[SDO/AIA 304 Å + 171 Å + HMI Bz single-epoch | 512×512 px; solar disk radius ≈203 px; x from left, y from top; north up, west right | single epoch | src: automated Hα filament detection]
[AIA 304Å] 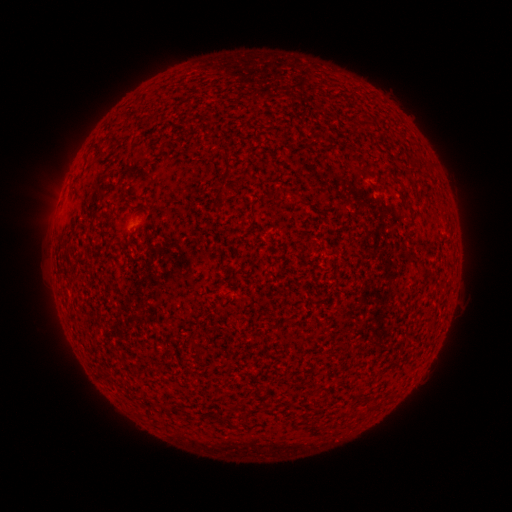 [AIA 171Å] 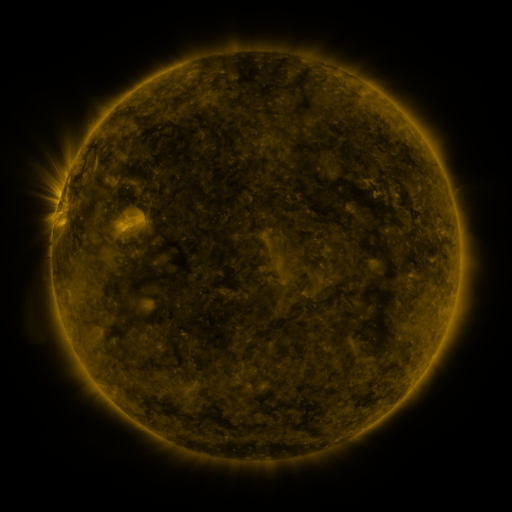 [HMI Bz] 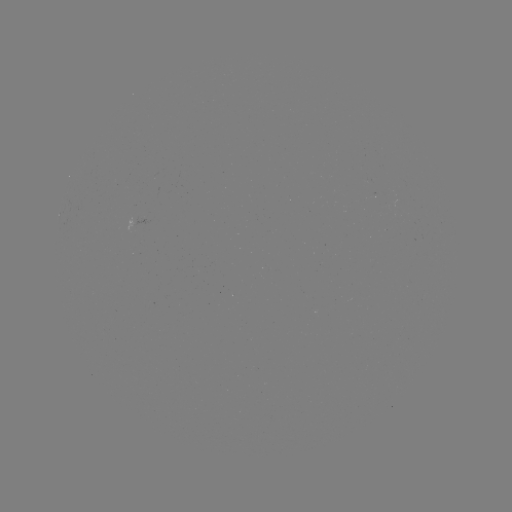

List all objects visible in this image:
filament: (327, 106)
filament: (99, 149)
filament: (360, 170)
filament: (228, 173)
